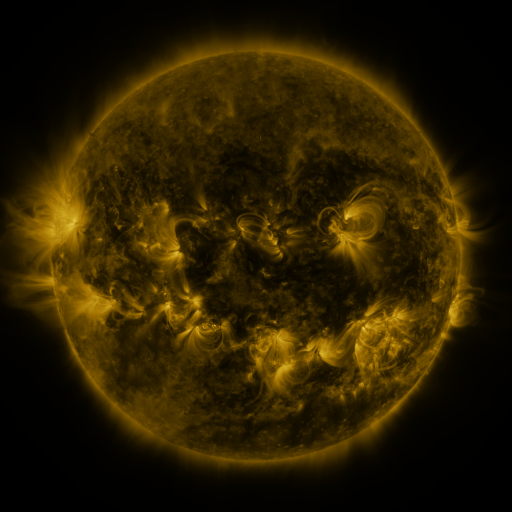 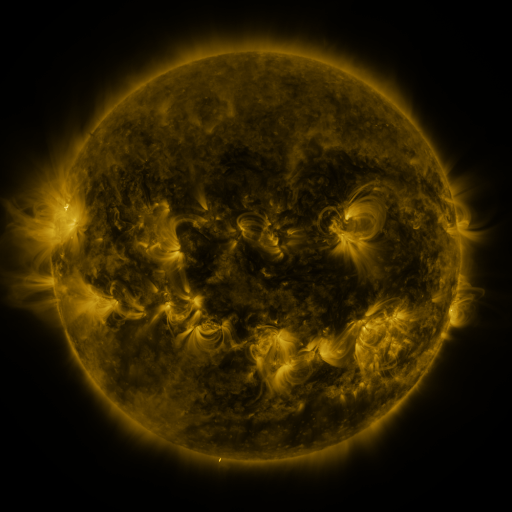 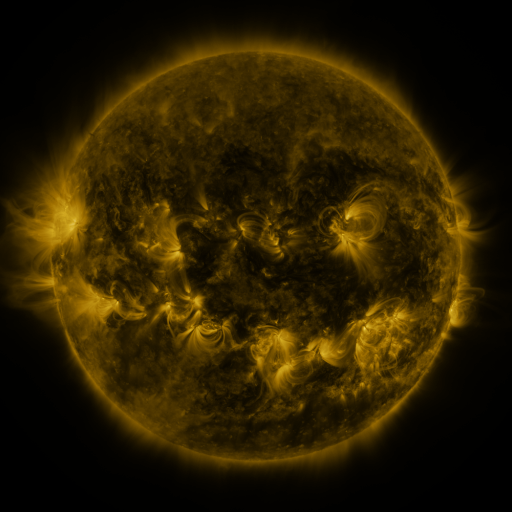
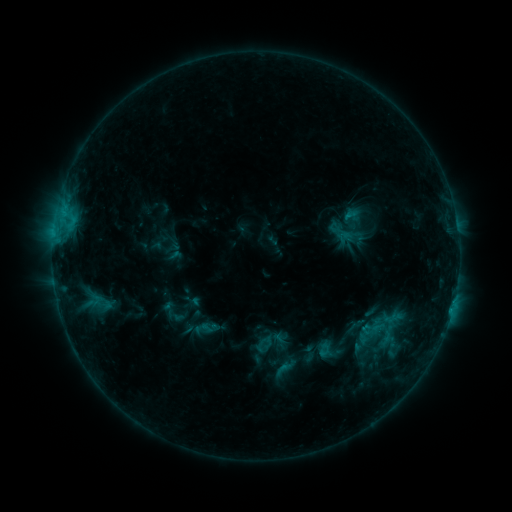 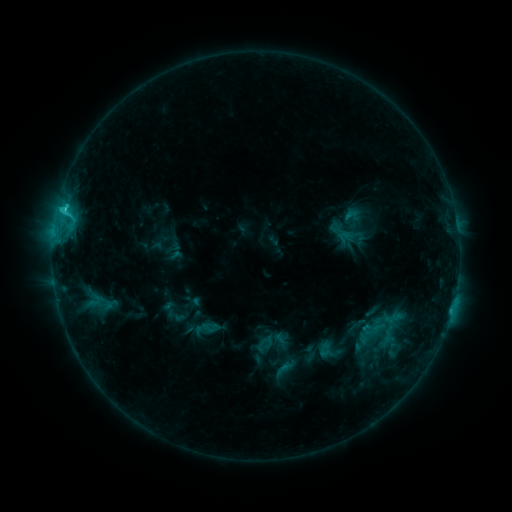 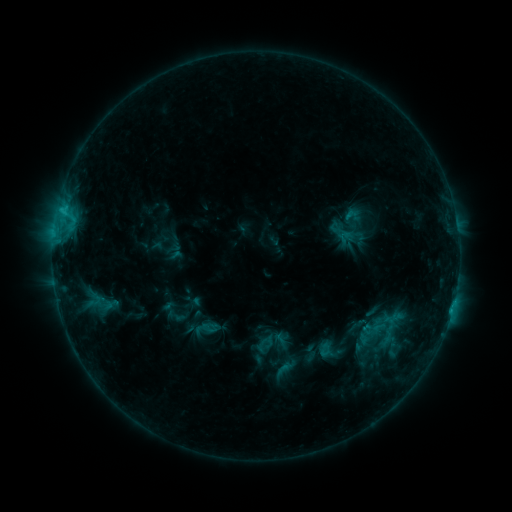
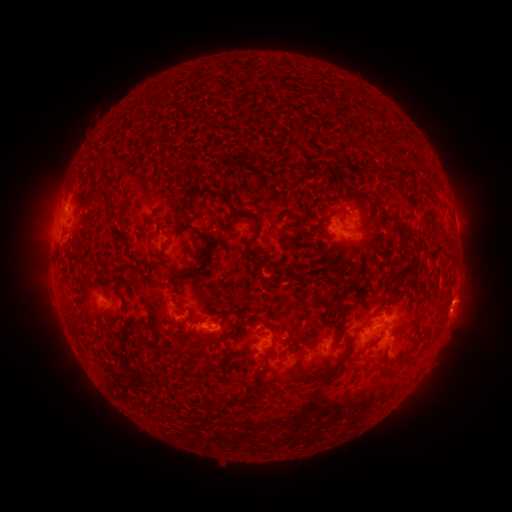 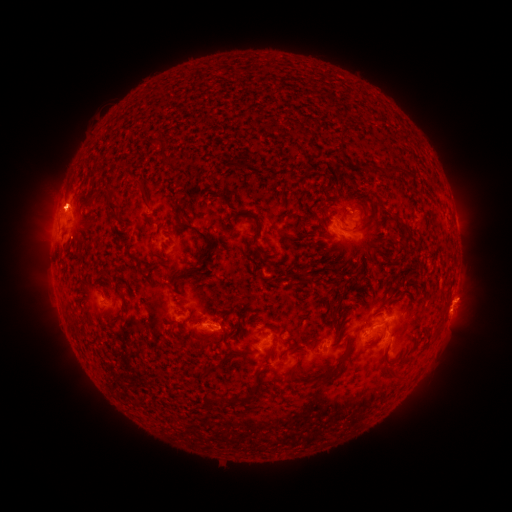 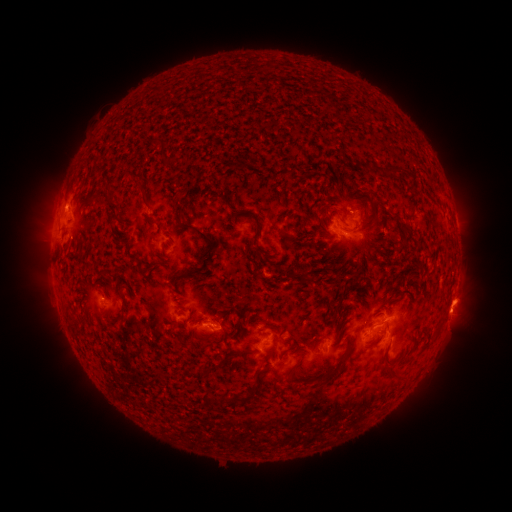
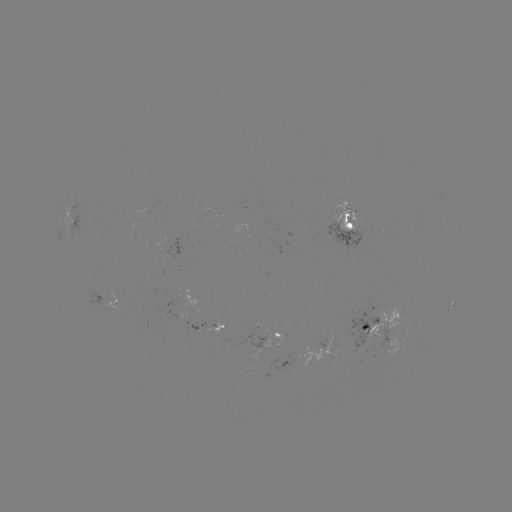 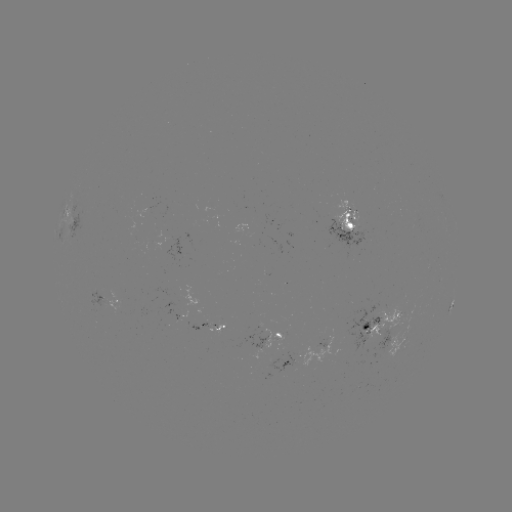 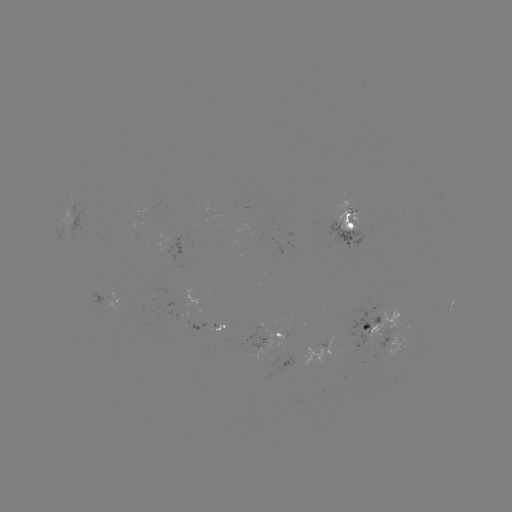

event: flare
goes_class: C1.7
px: (64, 213)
